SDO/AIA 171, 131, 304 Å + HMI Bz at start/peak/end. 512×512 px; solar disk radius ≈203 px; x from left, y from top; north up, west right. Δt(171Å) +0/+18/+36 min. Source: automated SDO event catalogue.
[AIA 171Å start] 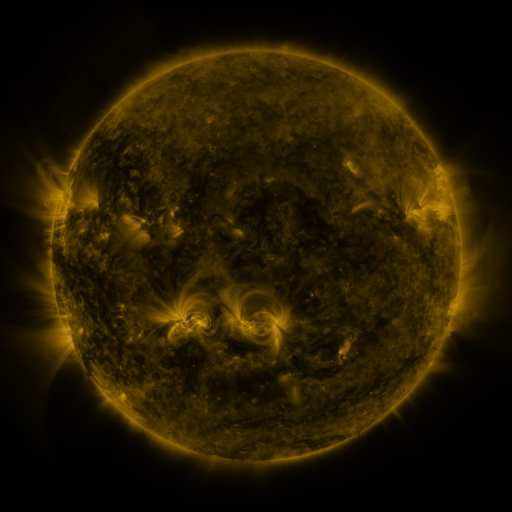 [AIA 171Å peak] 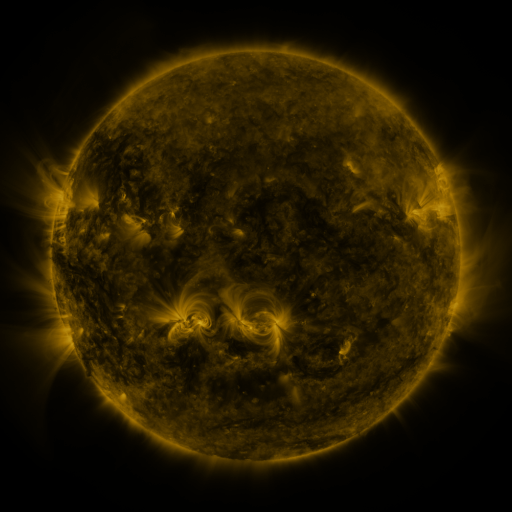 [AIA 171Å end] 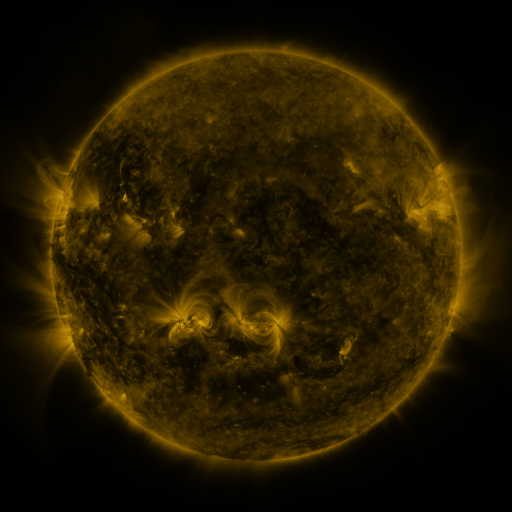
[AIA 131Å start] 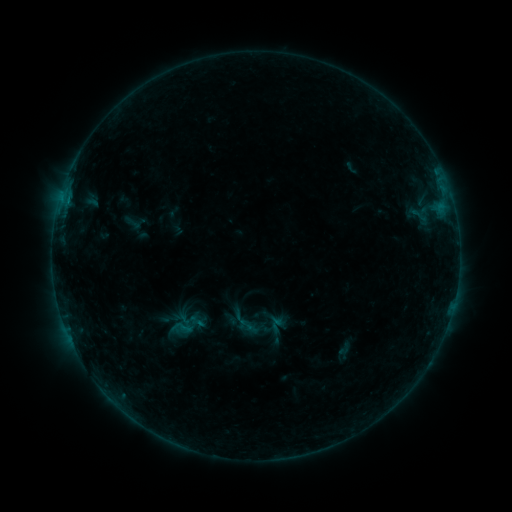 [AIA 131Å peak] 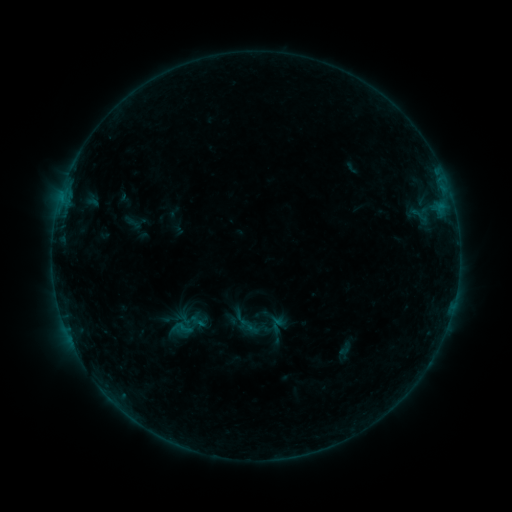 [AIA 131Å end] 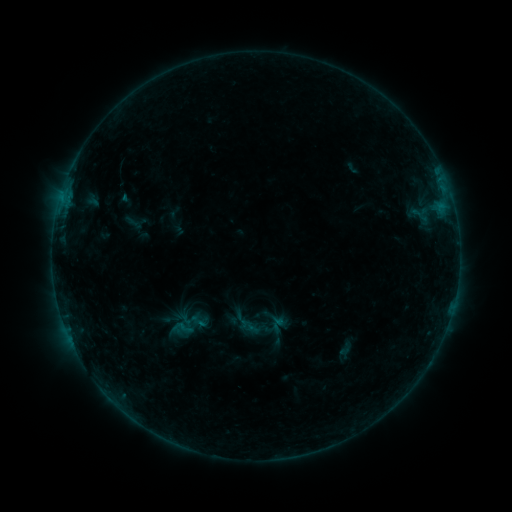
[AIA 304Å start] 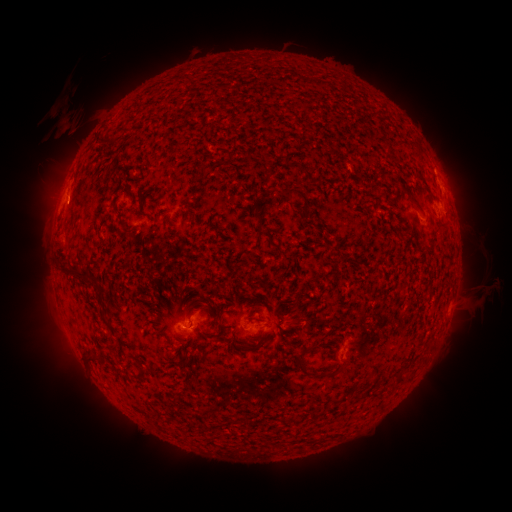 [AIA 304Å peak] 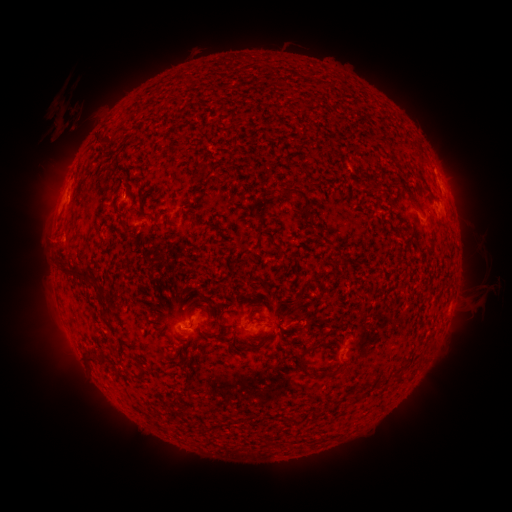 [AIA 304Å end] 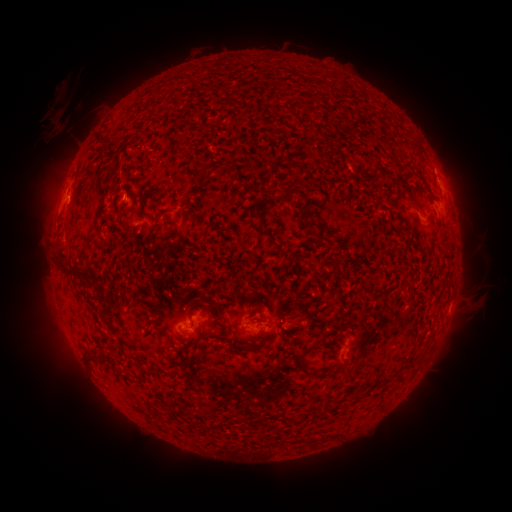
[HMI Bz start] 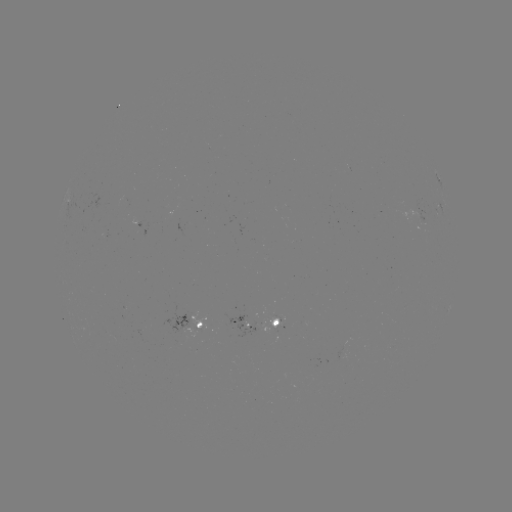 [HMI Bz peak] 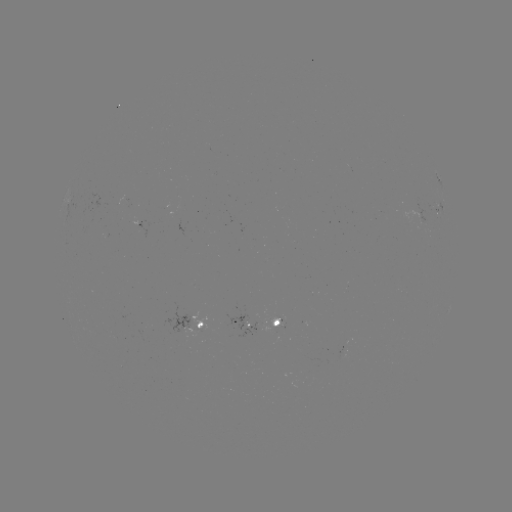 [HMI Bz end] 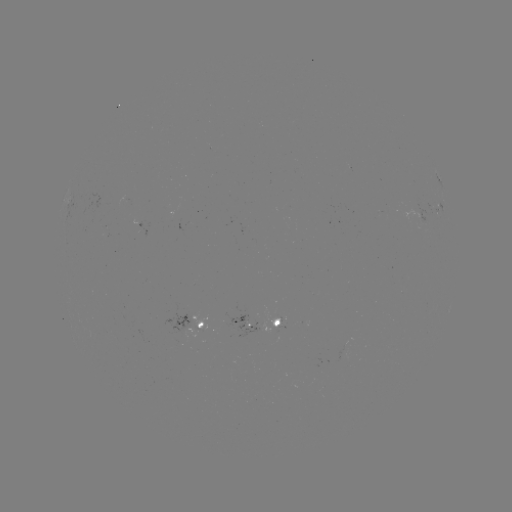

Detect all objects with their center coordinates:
eruption: (70, 120)
